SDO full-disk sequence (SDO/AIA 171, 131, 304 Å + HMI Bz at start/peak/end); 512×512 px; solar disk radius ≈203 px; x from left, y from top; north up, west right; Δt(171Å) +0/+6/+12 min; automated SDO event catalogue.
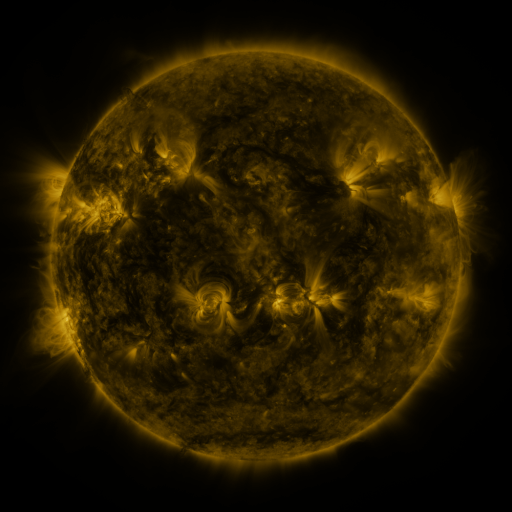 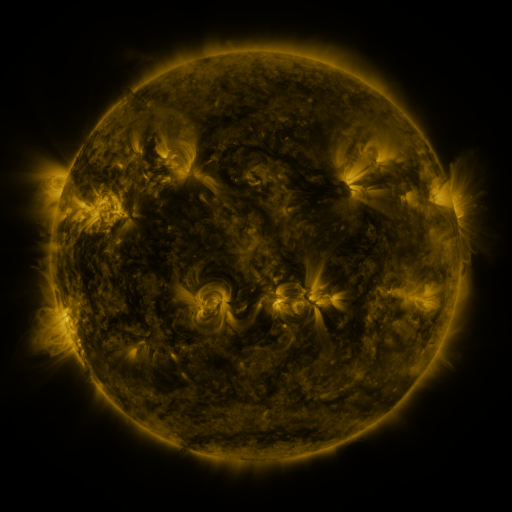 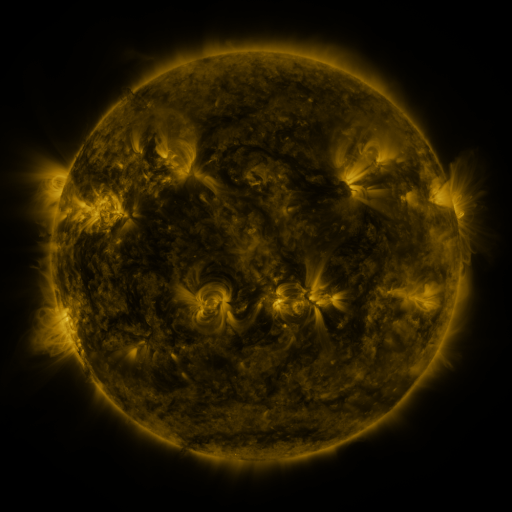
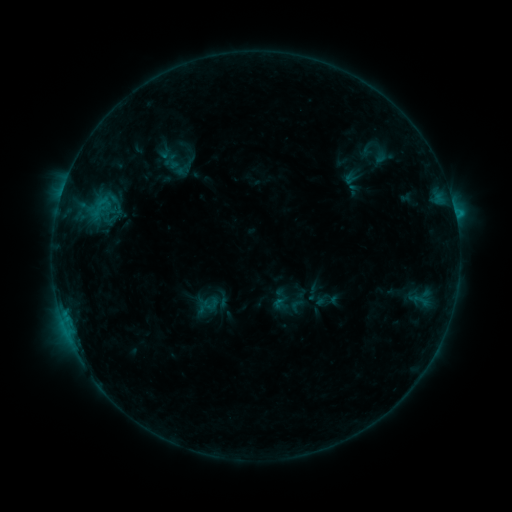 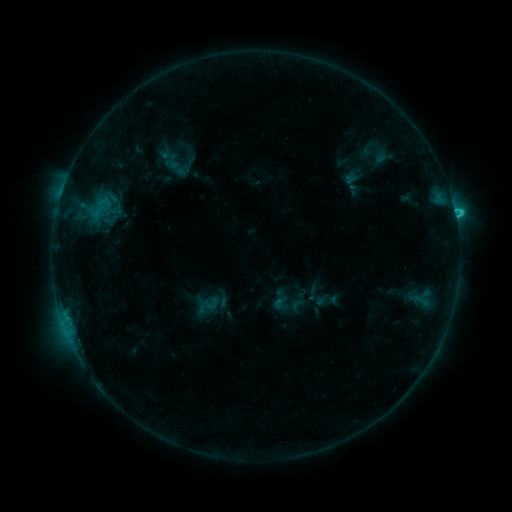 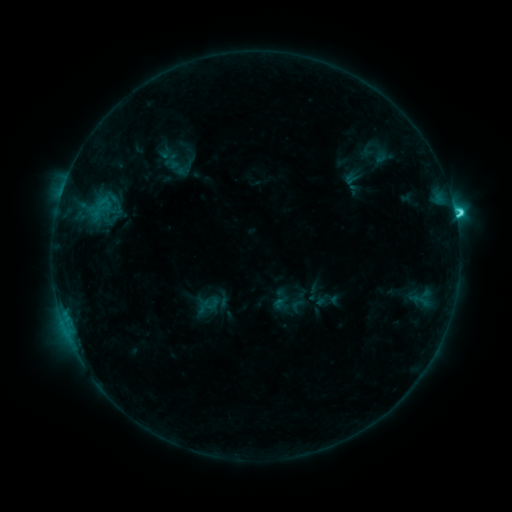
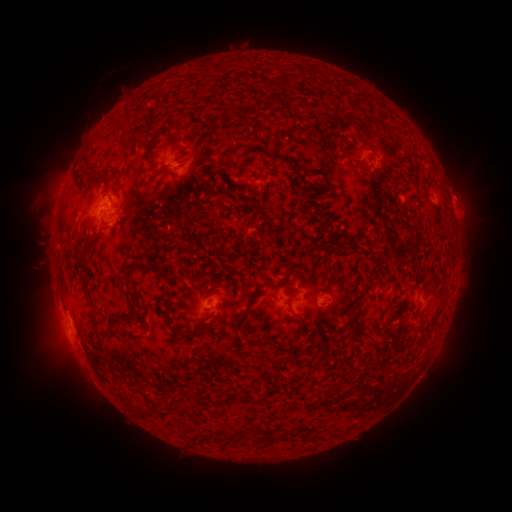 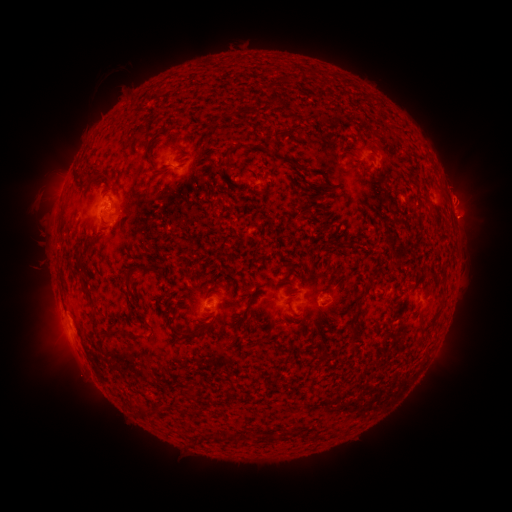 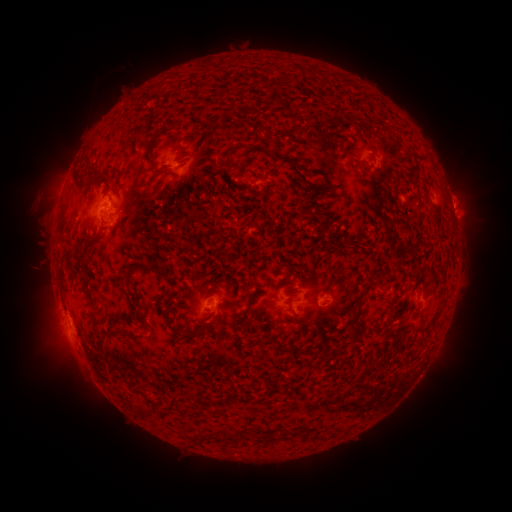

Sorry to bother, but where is eruption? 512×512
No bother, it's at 464,216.